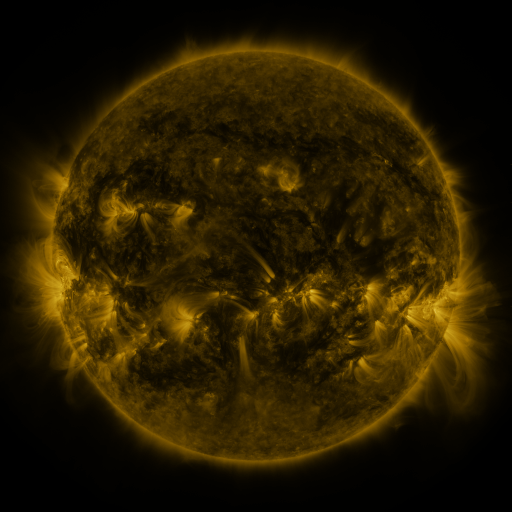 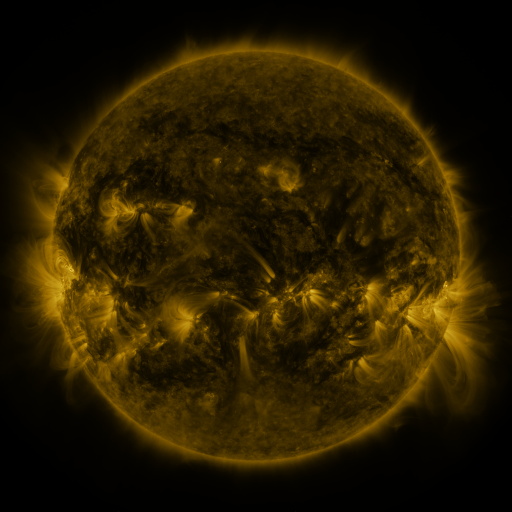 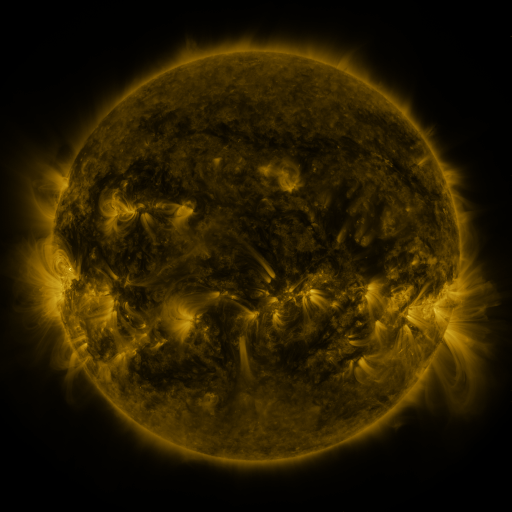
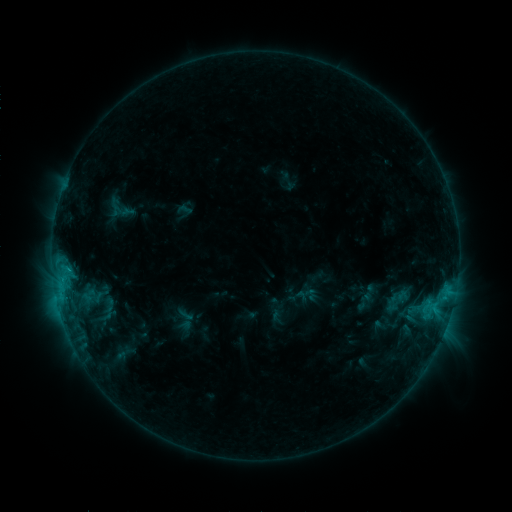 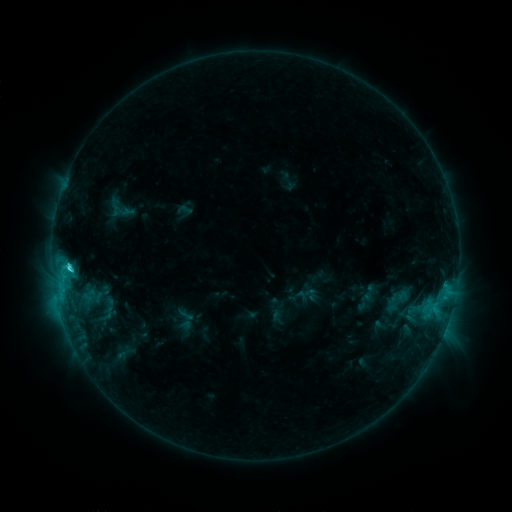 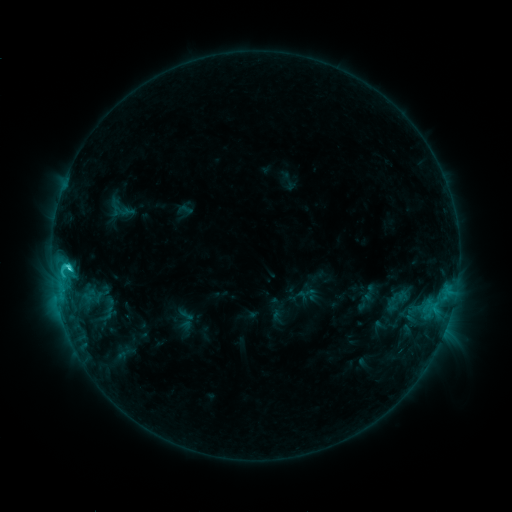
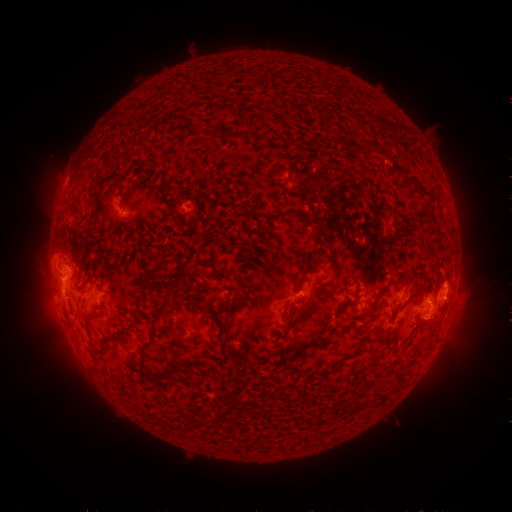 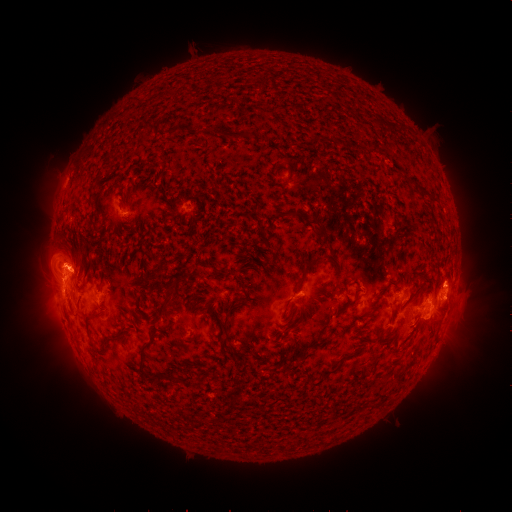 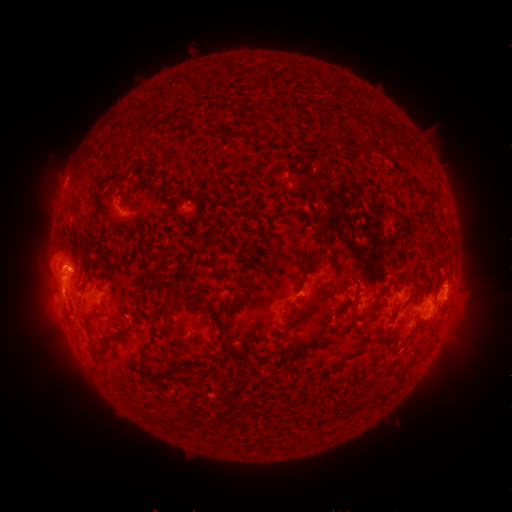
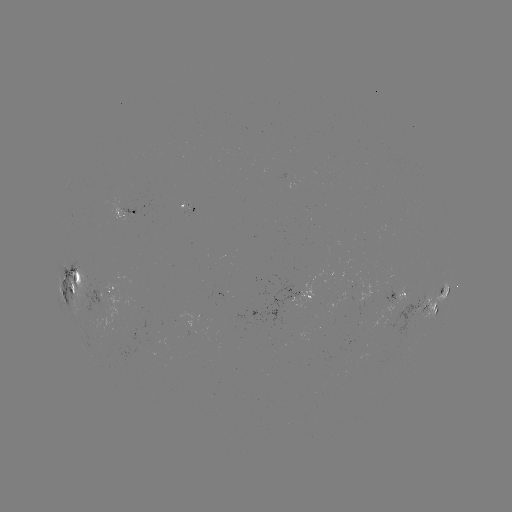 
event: flare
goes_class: C3.4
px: (70, 265)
